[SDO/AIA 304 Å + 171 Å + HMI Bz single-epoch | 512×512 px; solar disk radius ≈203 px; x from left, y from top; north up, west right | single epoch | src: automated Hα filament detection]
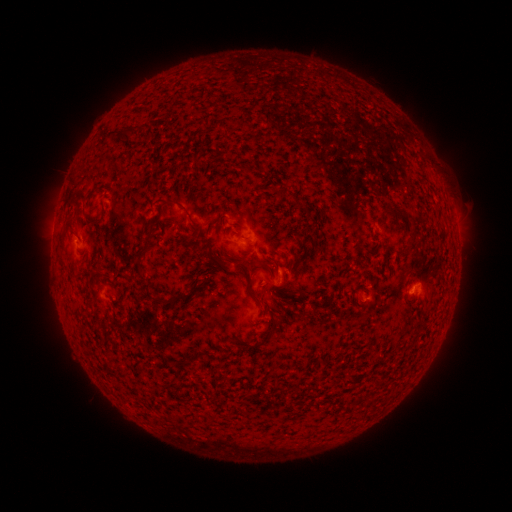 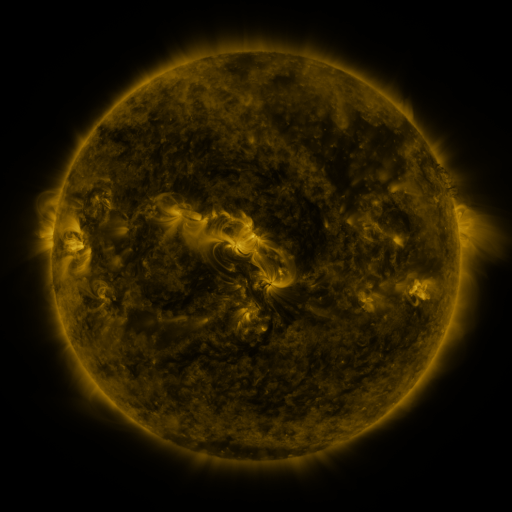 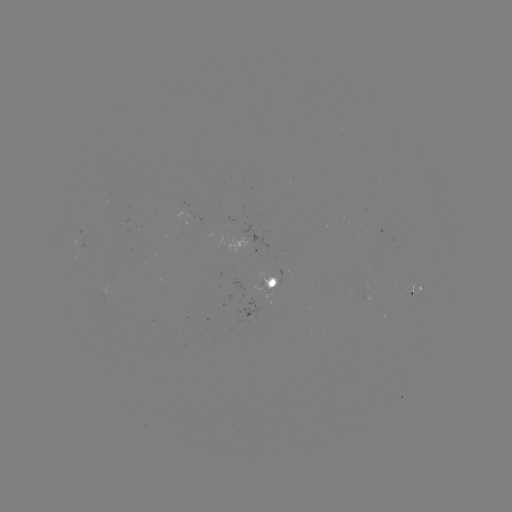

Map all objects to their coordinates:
filament: (114, 132)
filament: (282, 190)
filament: (169, 202)
filament: (394, 207)
filament: (93, 221)
filament: (61, 241)
filament: (146, 247)
filament: (268, 266)
filament: (100, 271)
filament: (248, 276)
filament: (170, 301)
filament: (275, 324)
filament: (181, 363)
